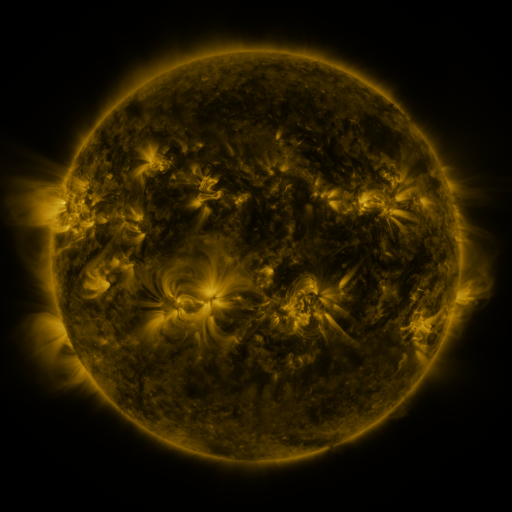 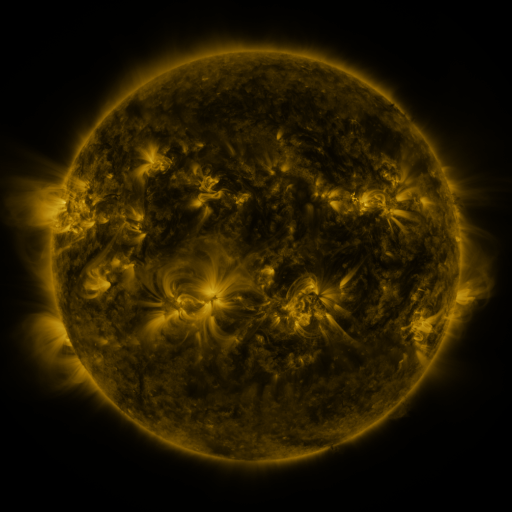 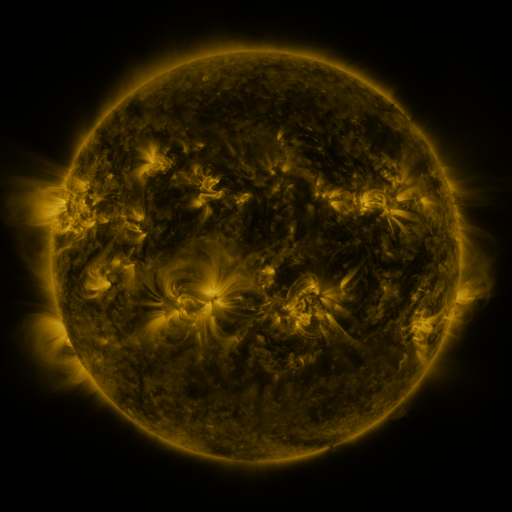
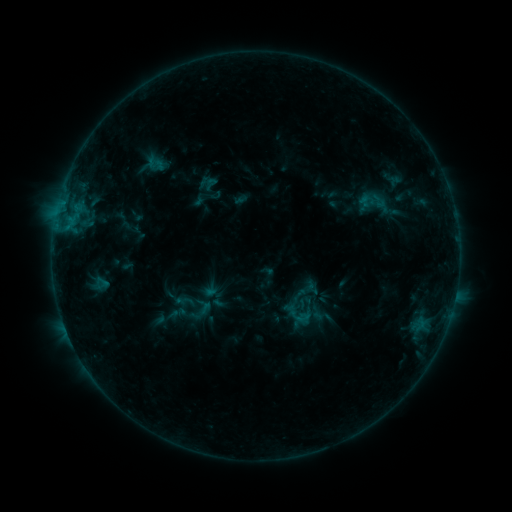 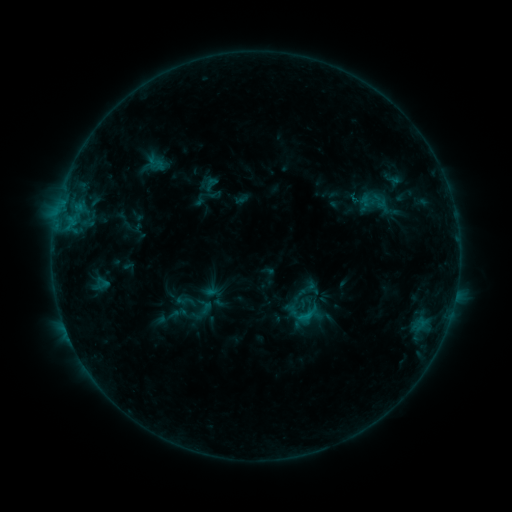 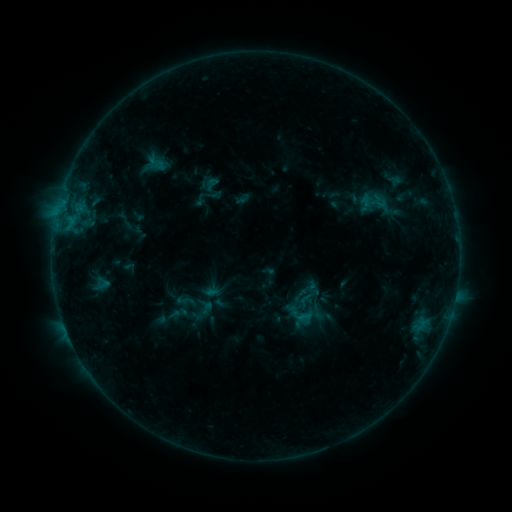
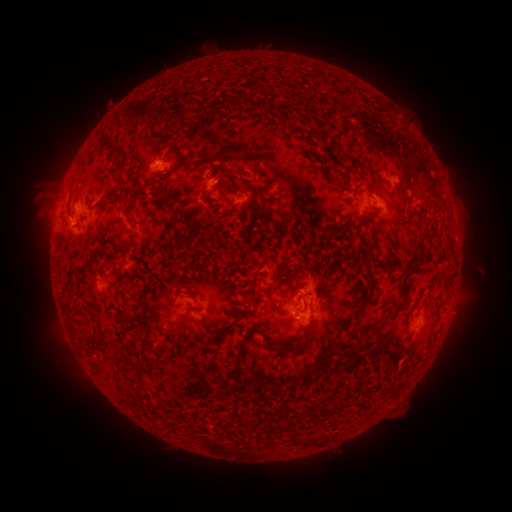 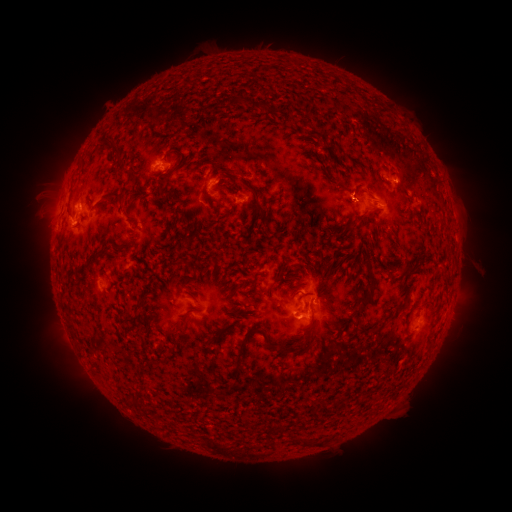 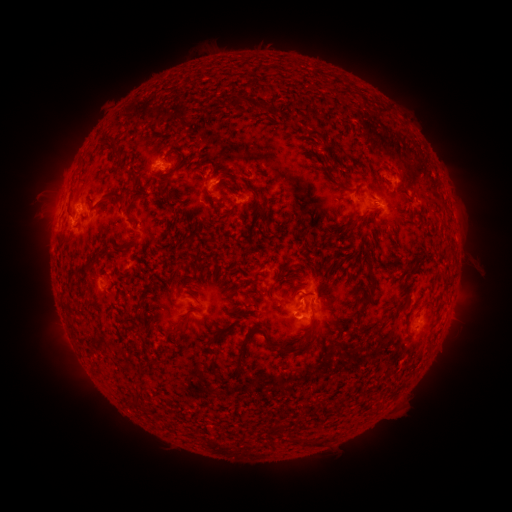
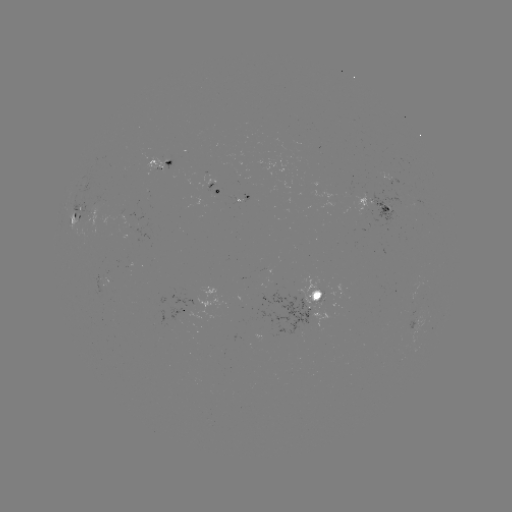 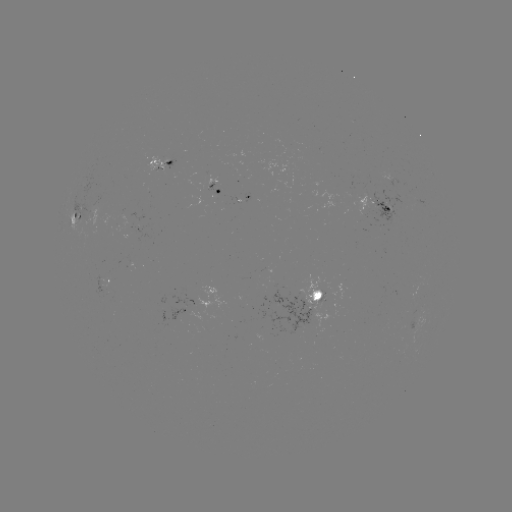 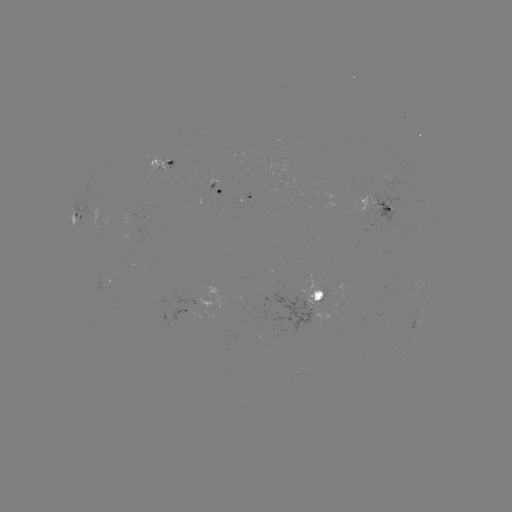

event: flare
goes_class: B8.1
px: (307, 315)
